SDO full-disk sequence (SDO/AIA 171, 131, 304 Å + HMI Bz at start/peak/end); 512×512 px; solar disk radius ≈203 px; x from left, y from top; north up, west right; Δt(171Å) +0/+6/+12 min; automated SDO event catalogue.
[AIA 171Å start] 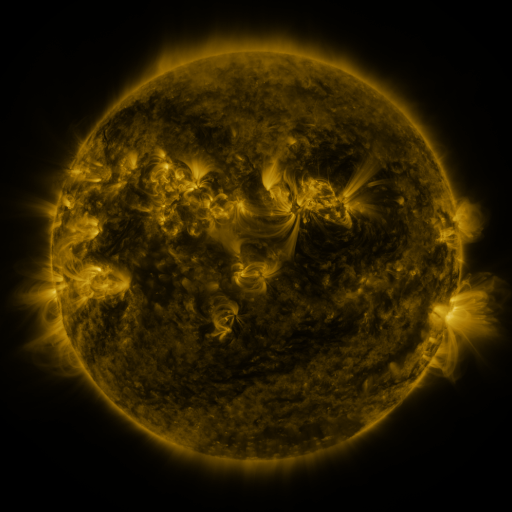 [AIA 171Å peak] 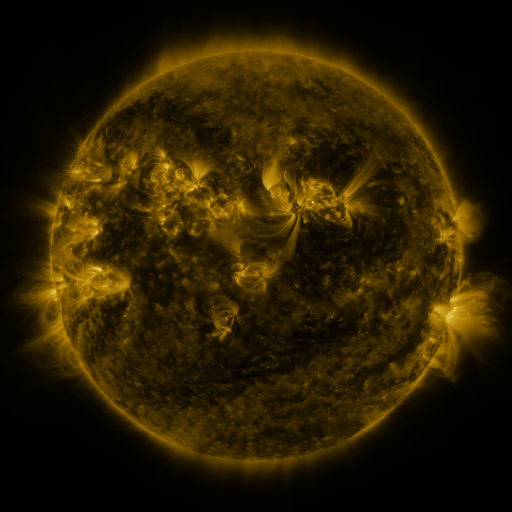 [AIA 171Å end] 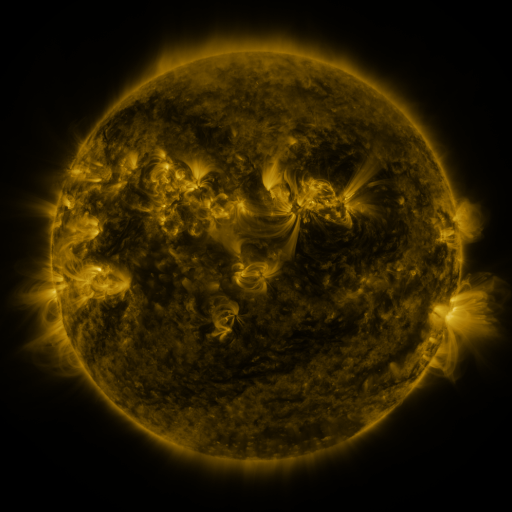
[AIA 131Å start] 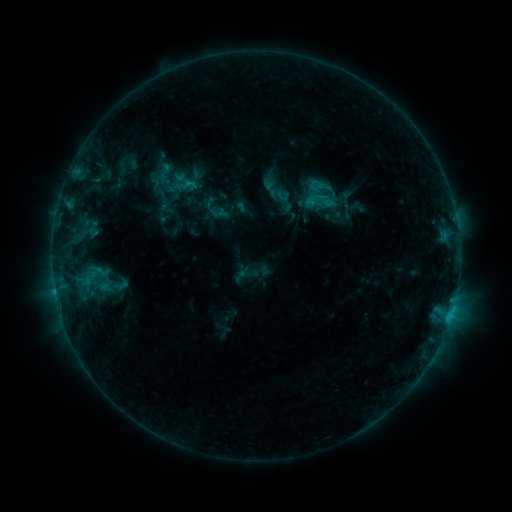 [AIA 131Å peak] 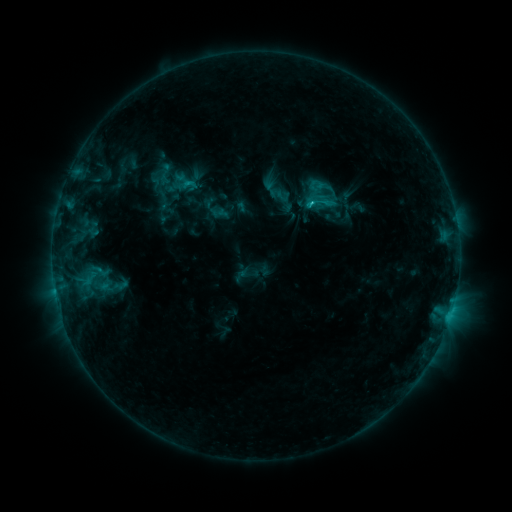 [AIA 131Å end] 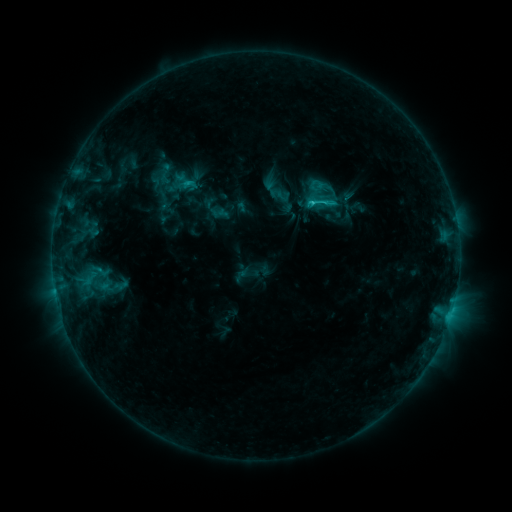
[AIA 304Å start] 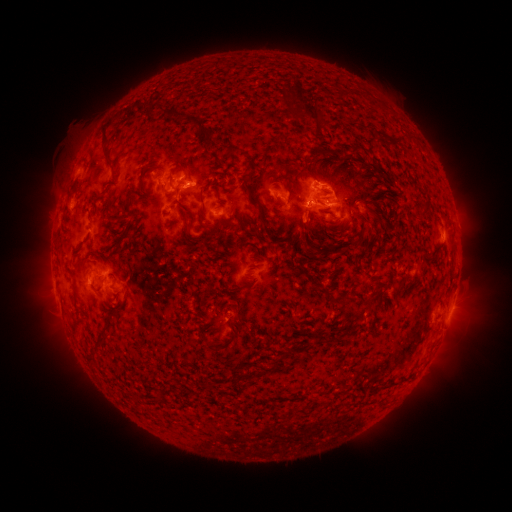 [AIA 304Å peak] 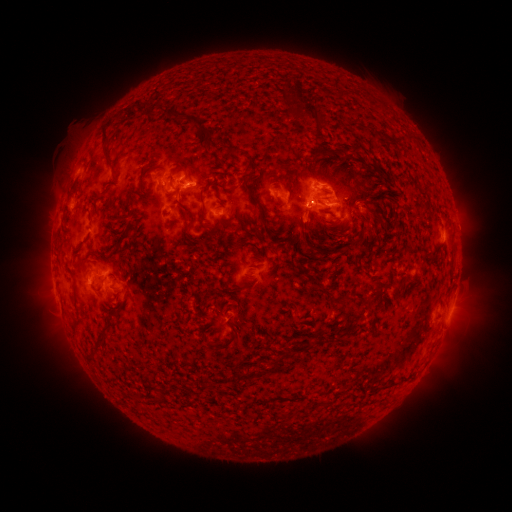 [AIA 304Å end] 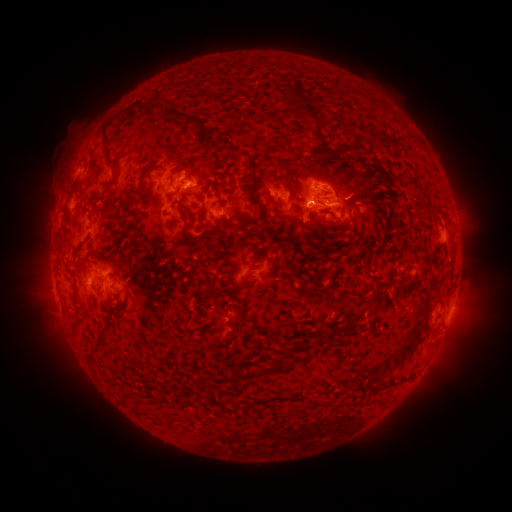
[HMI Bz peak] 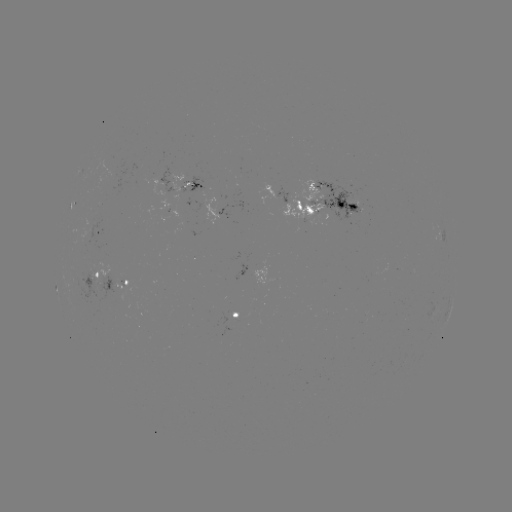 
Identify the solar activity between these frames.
C1.7 flare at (311, 207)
